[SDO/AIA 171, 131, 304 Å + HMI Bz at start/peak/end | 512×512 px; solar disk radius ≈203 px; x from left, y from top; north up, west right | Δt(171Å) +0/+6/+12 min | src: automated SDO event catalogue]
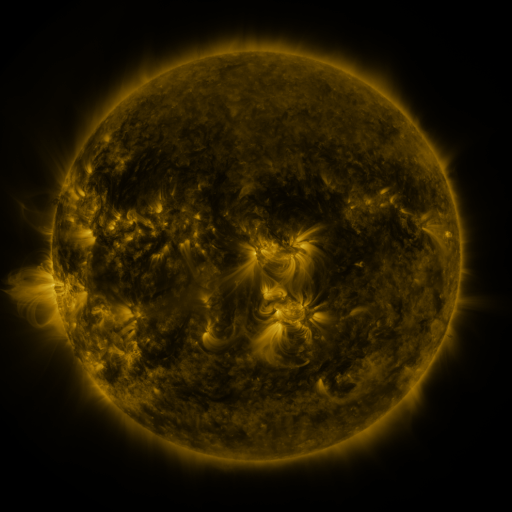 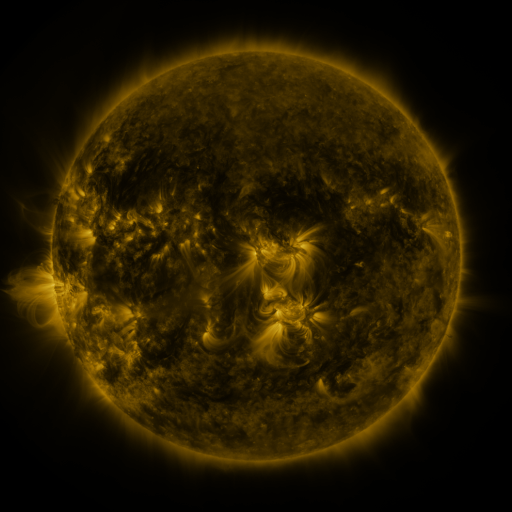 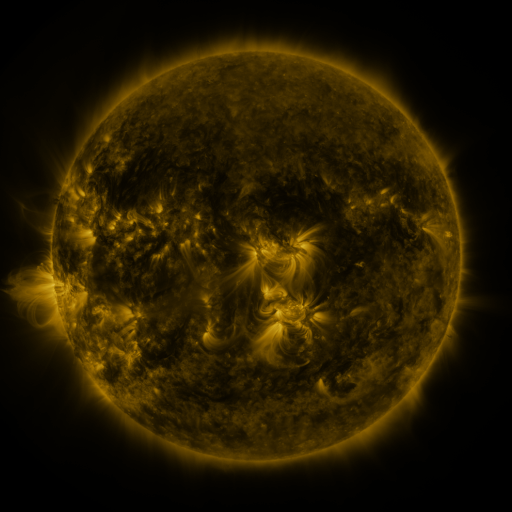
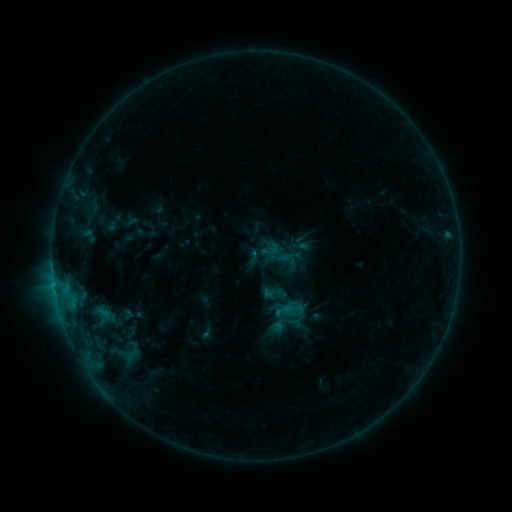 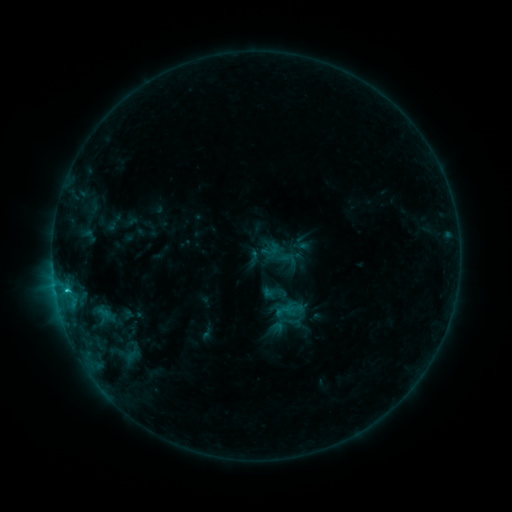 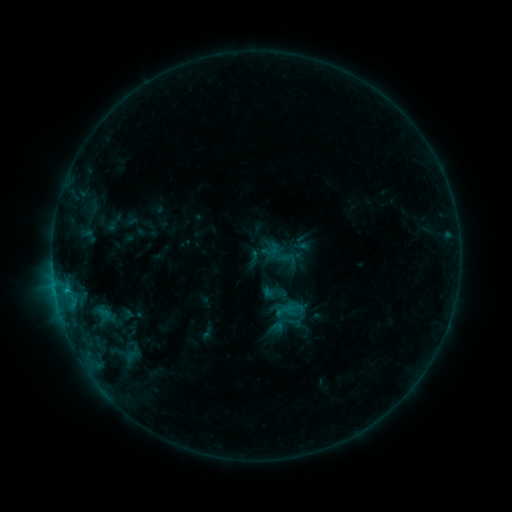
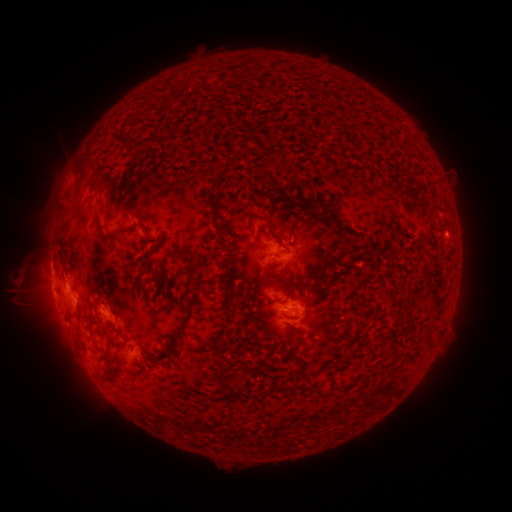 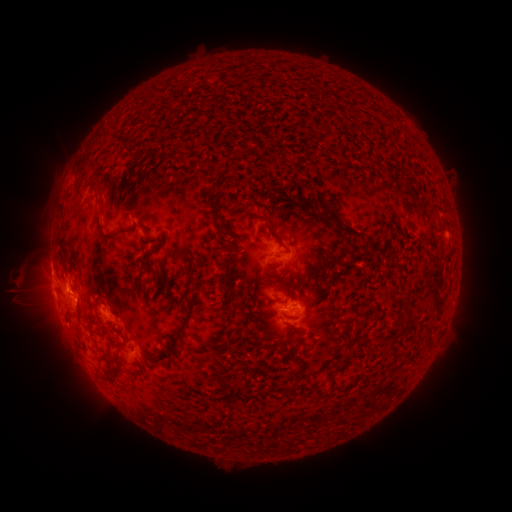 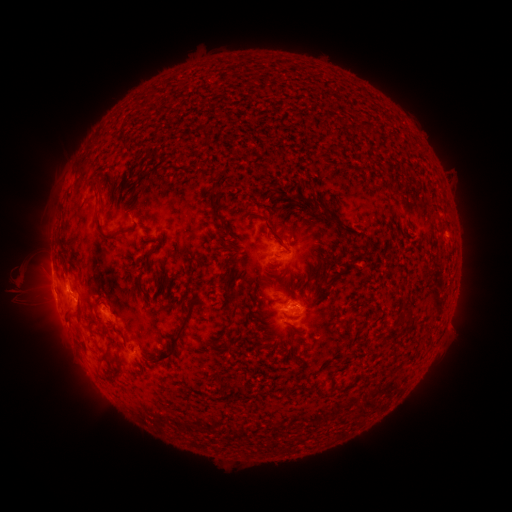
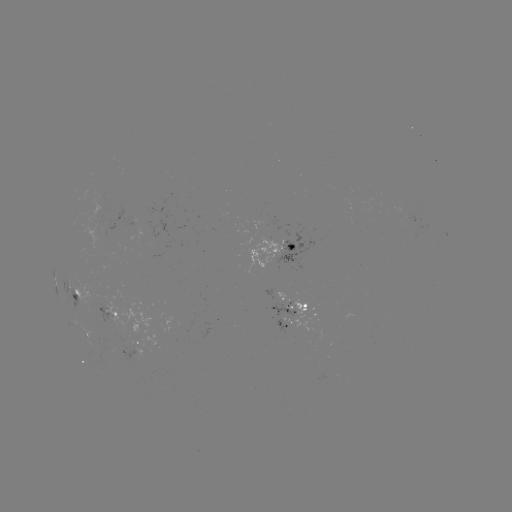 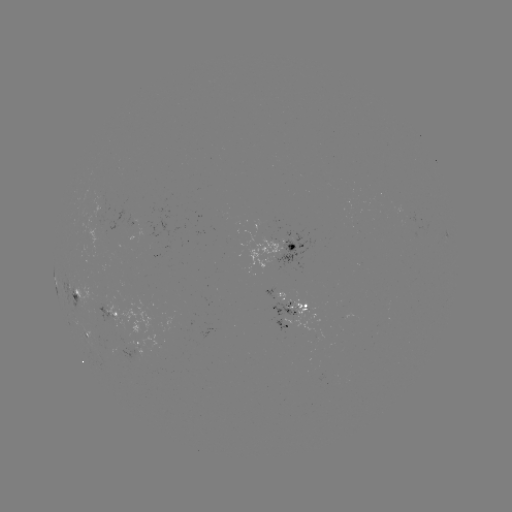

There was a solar flare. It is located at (67, 287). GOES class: B9.6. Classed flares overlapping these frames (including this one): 1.